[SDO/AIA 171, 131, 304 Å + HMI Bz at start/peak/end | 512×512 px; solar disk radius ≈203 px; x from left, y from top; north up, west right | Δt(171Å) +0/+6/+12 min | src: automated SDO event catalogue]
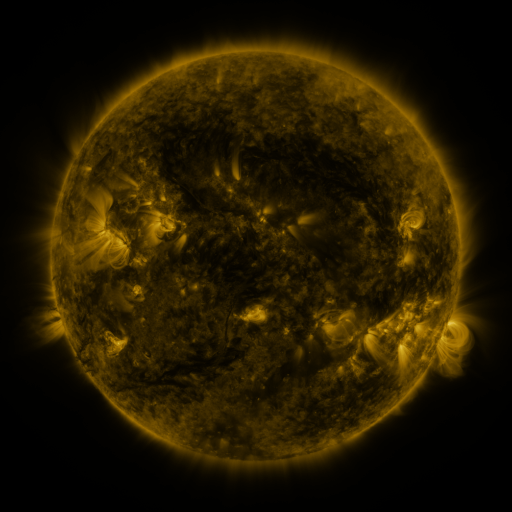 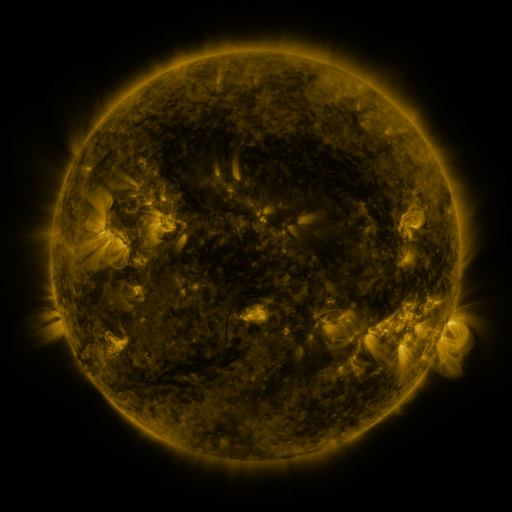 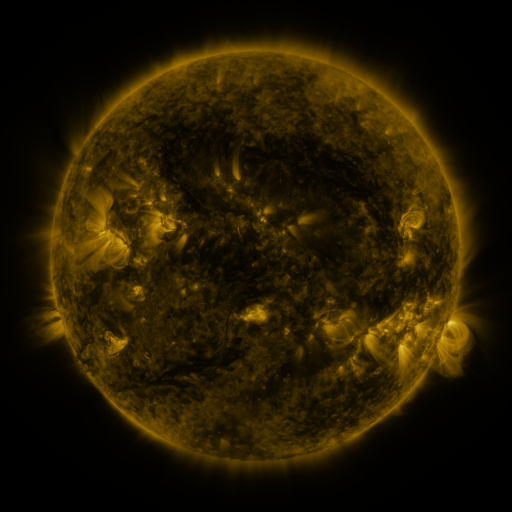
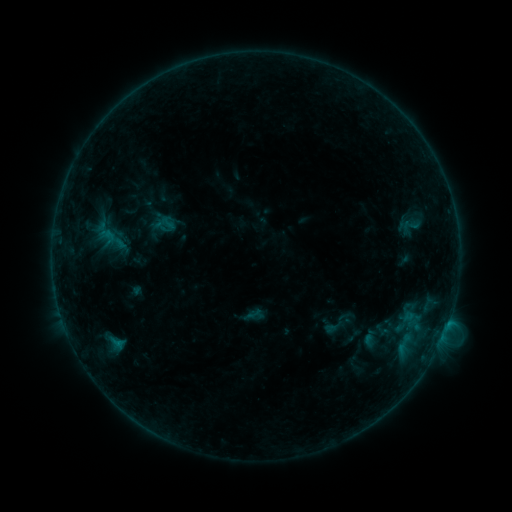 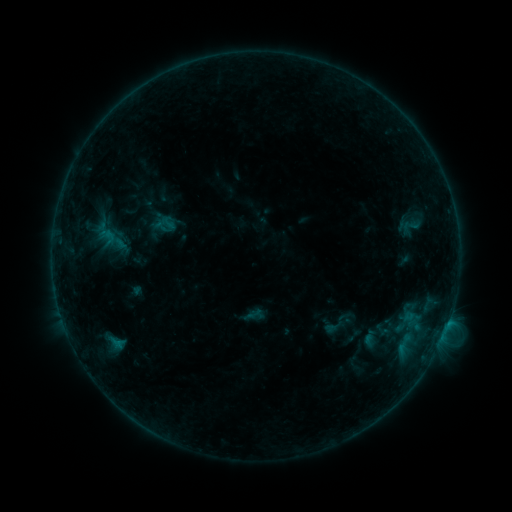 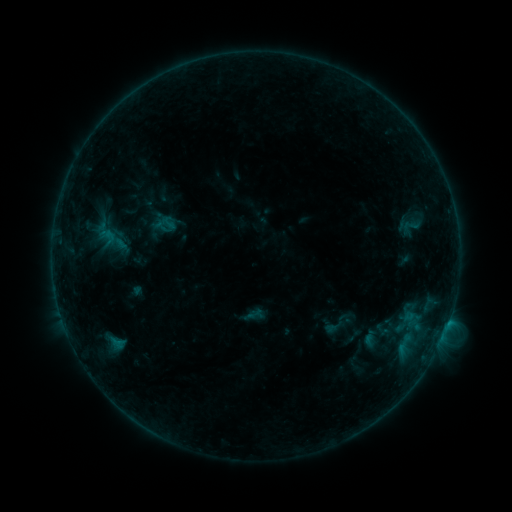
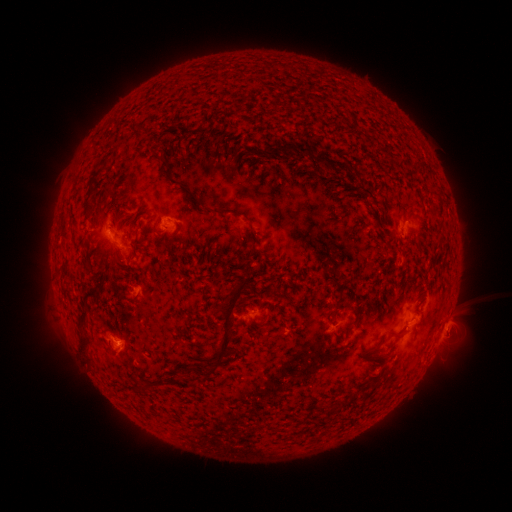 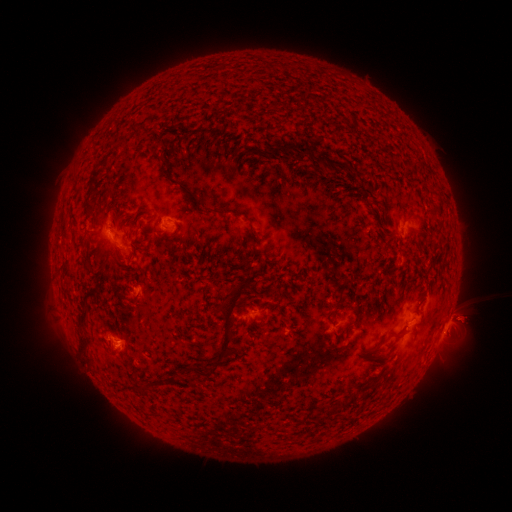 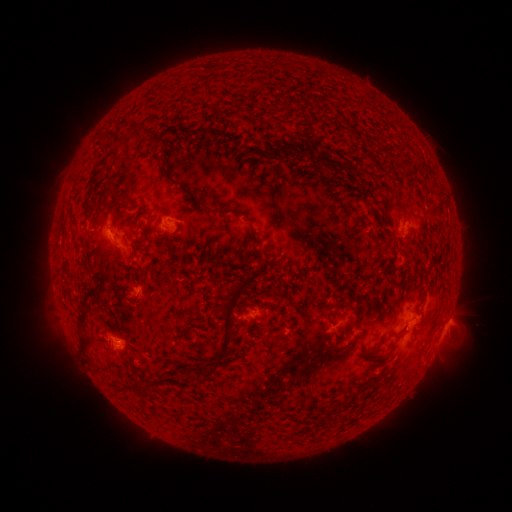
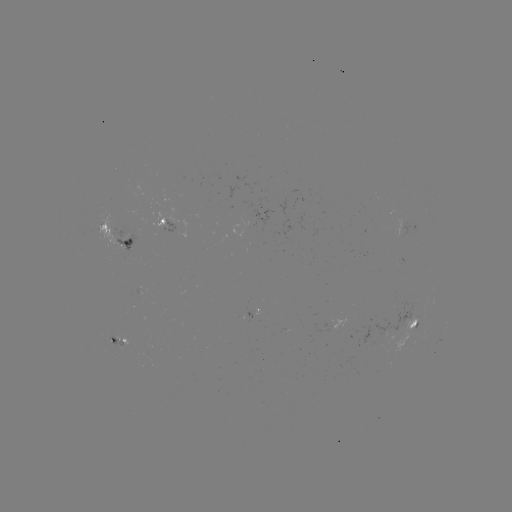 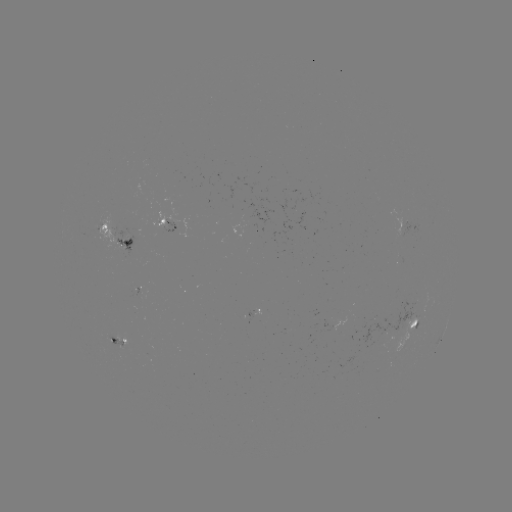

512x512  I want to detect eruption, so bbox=[428, 289, 484, 341].